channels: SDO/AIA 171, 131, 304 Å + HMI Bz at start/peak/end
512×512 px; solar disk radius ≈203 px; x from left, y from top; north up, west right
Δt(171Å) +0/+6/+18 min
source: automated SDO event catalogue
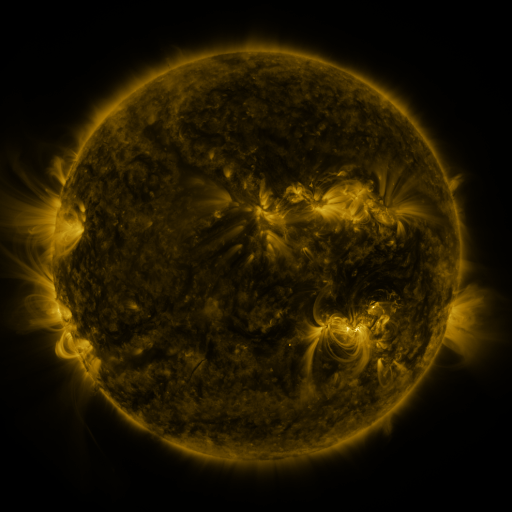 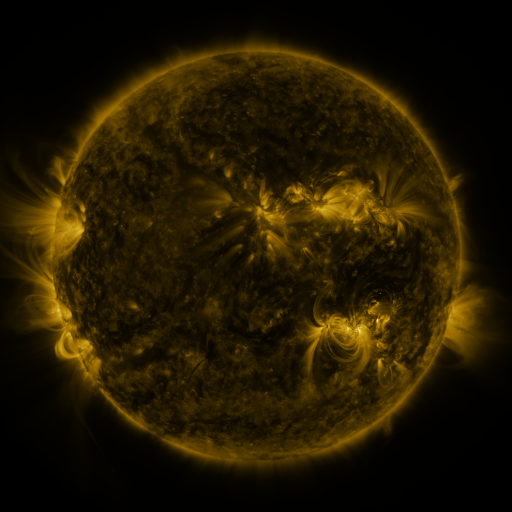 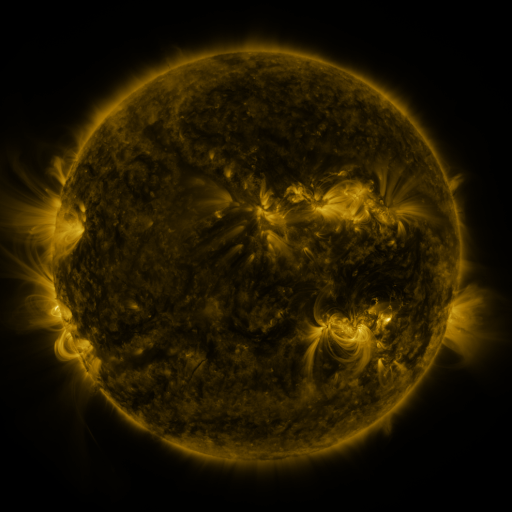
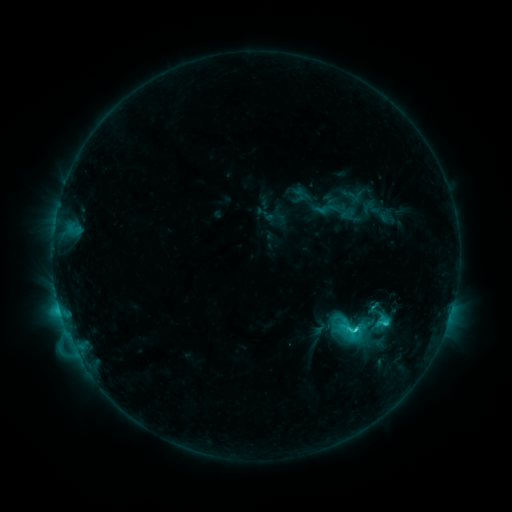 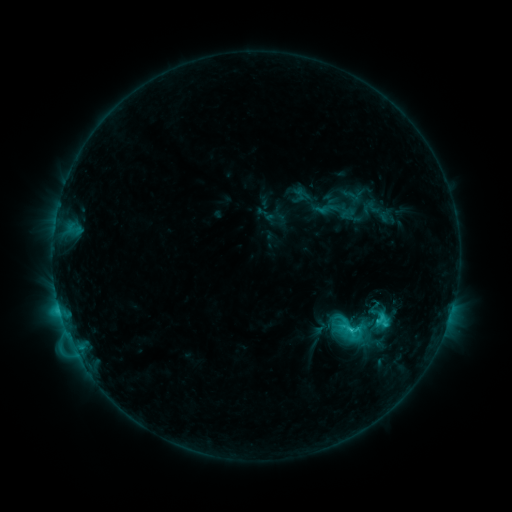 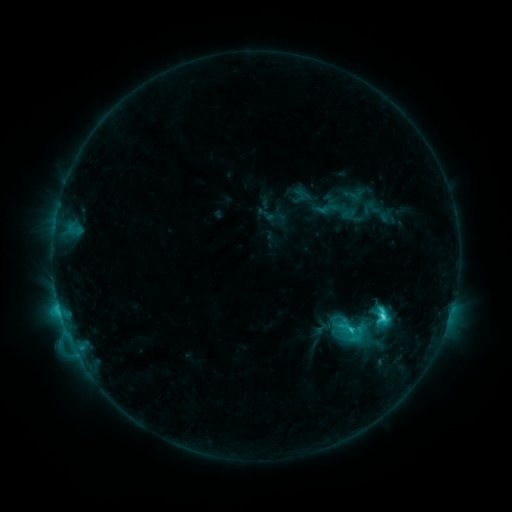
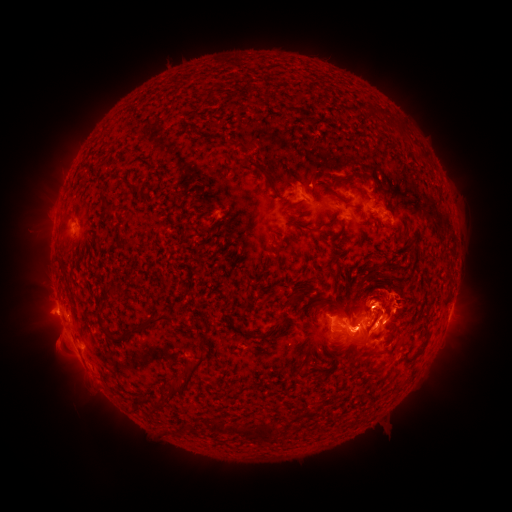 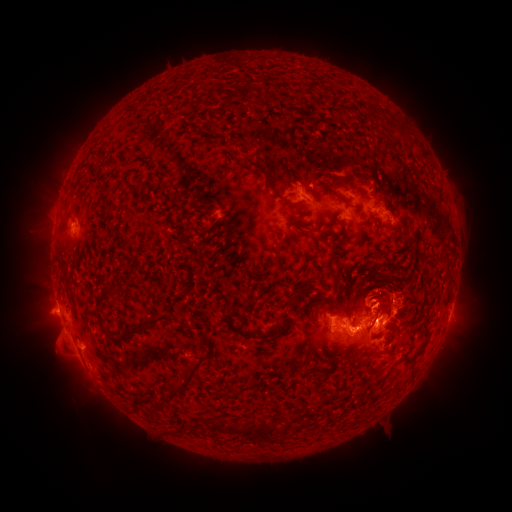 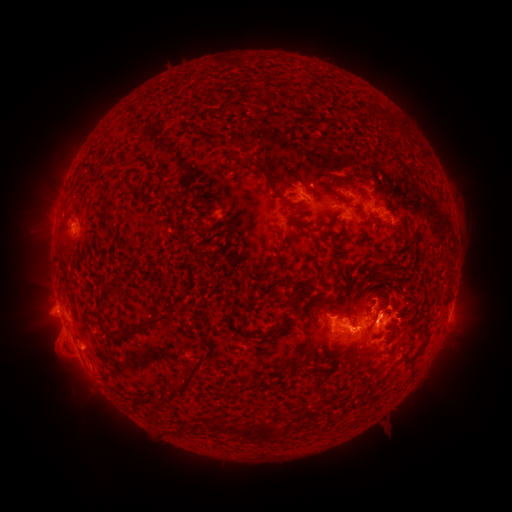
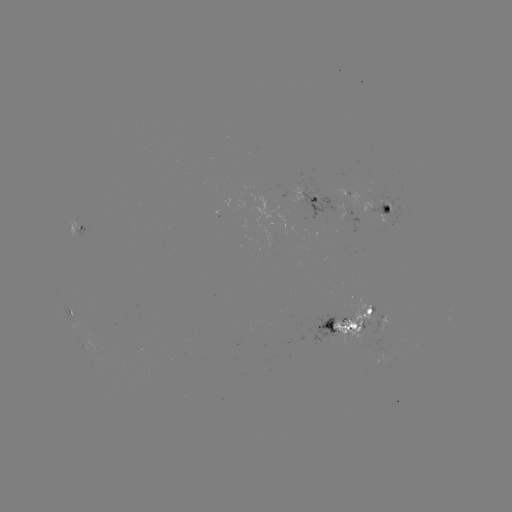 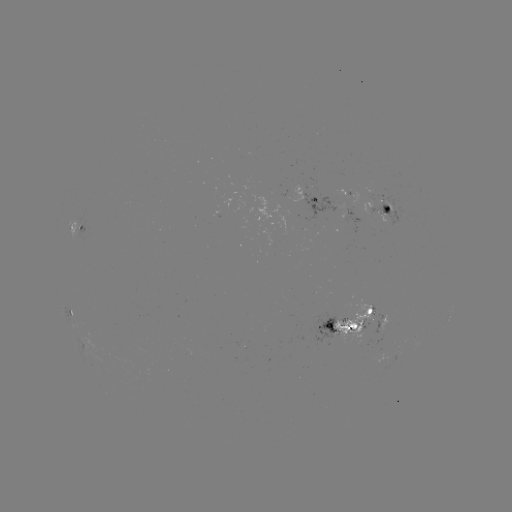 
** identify eruption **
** (377, 285) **